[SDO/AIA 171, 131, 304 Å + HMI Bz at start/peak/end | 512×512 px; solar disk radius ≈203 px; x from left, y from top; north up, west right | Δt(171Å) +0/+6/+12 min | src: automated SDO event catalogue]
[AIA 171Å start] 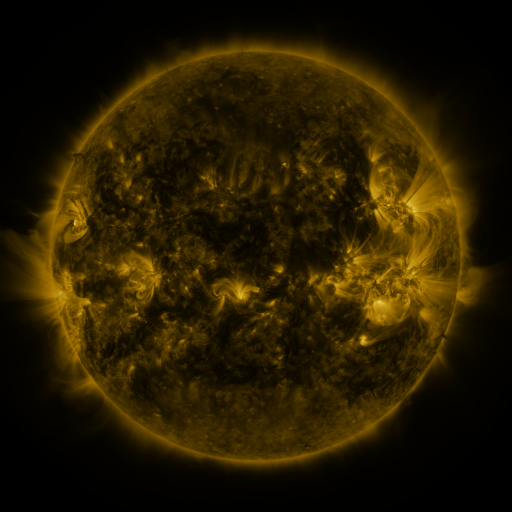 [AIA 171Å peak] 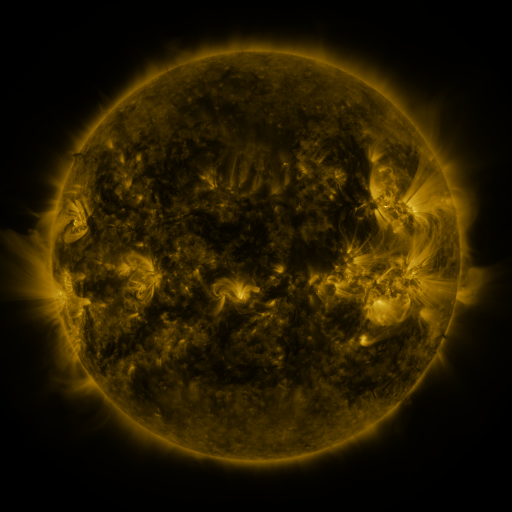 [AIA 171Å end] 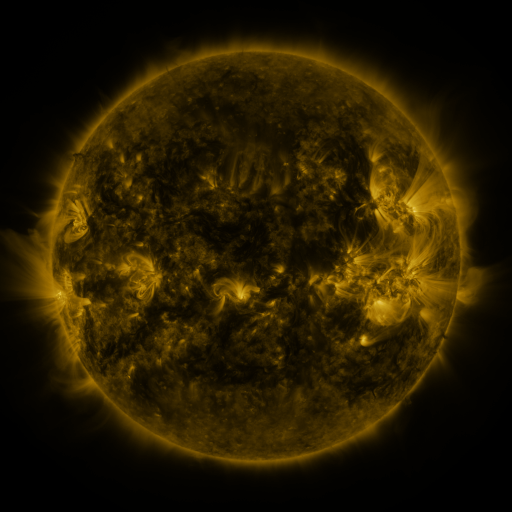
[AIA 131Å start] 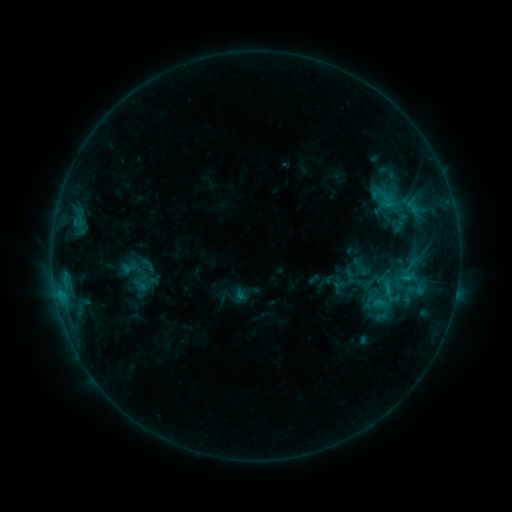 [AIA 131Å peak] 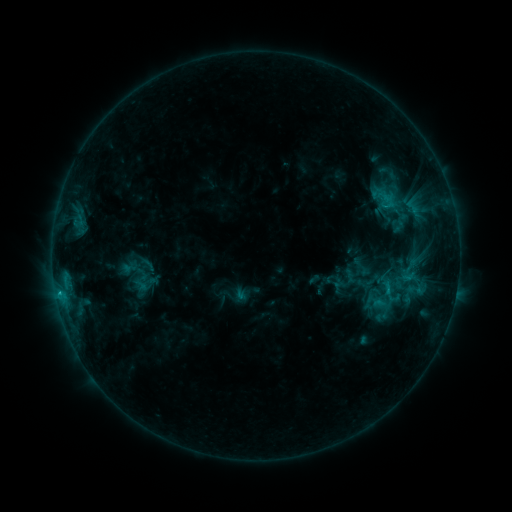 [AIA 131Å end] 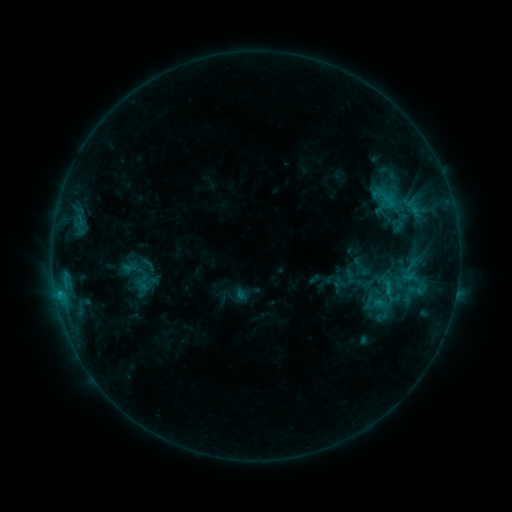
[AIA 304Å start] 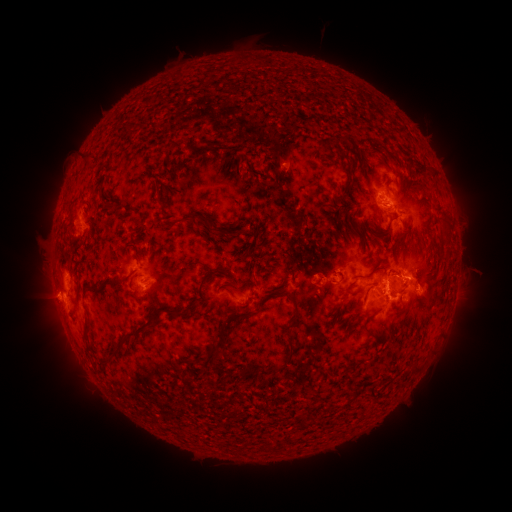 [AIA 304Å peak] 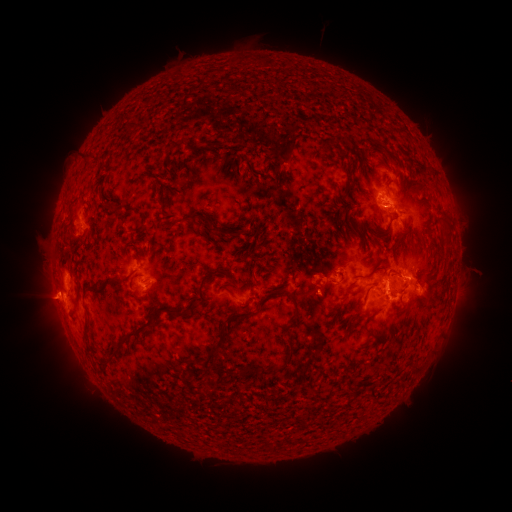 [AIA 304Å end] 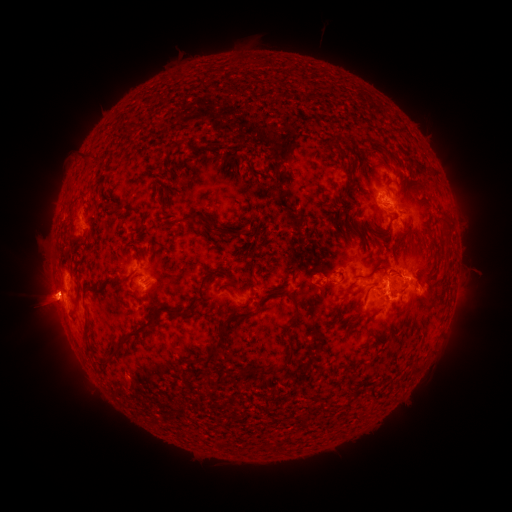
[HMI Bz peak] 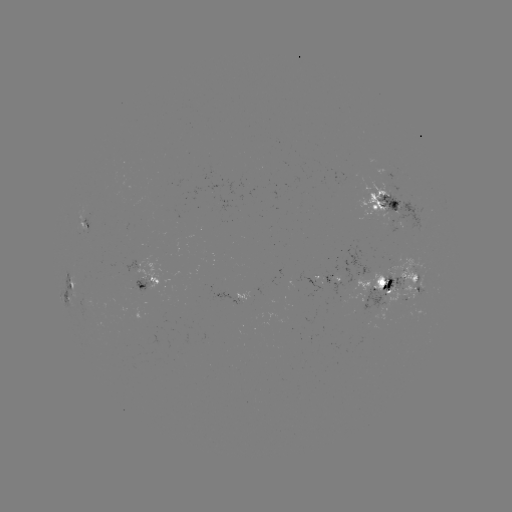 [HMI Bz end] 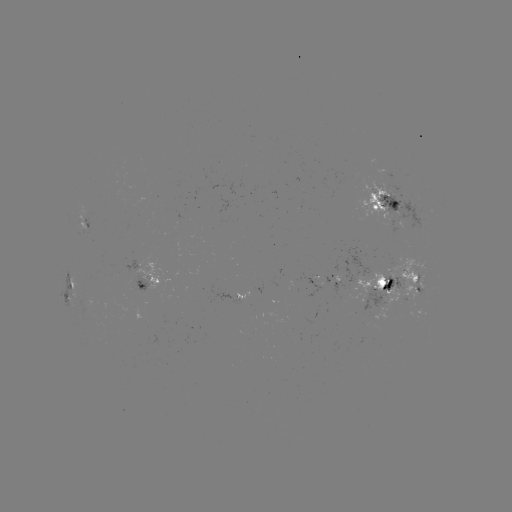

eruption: (23, 265, 78, 341)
